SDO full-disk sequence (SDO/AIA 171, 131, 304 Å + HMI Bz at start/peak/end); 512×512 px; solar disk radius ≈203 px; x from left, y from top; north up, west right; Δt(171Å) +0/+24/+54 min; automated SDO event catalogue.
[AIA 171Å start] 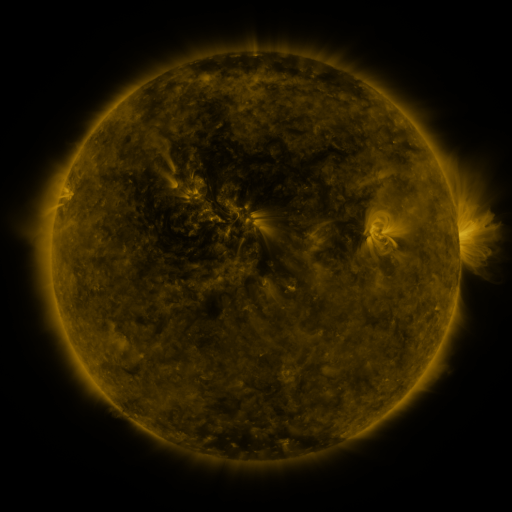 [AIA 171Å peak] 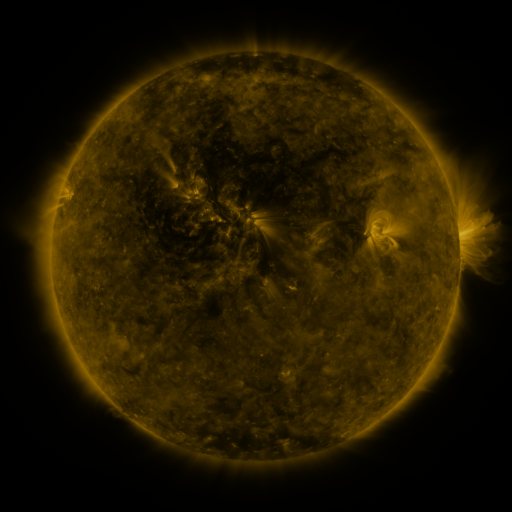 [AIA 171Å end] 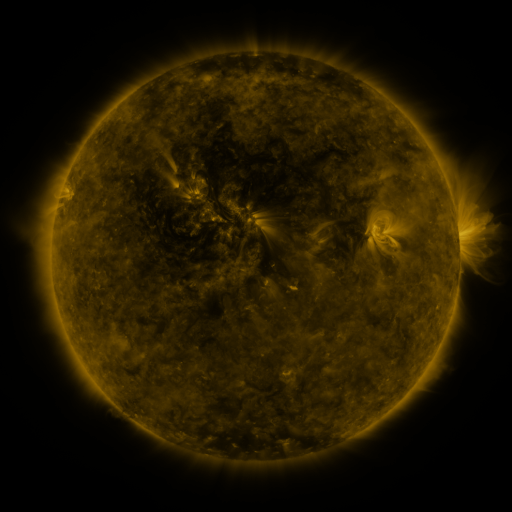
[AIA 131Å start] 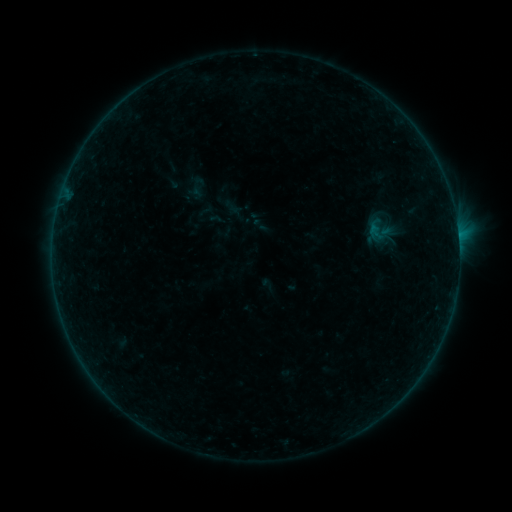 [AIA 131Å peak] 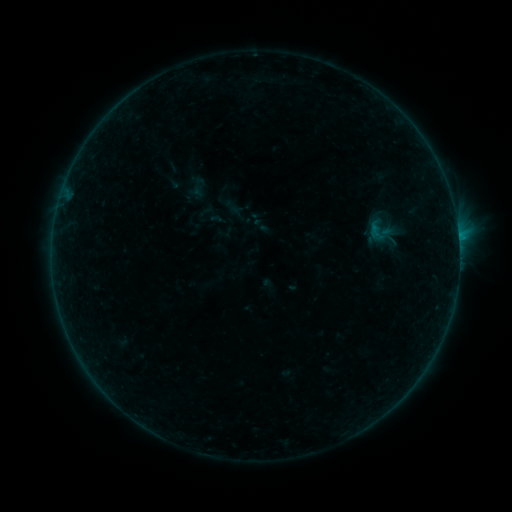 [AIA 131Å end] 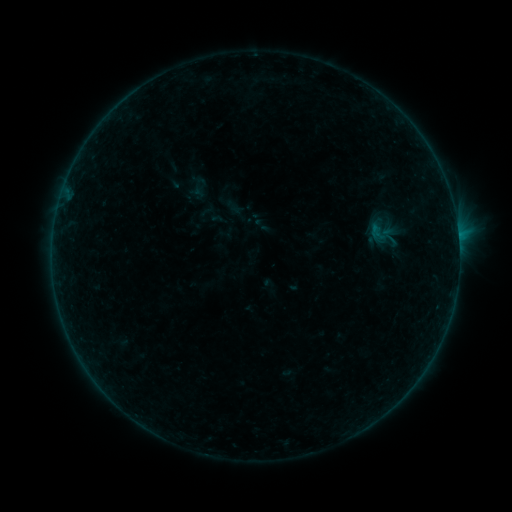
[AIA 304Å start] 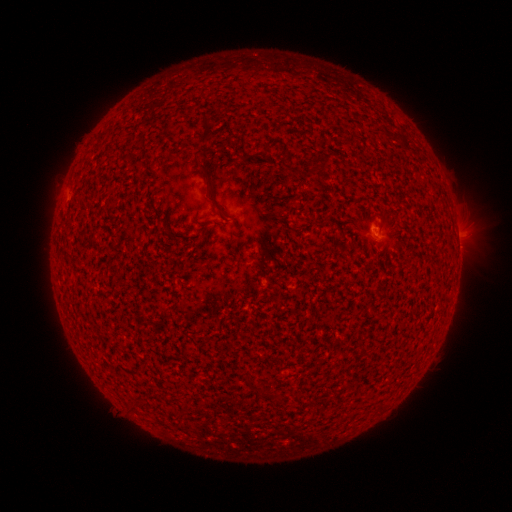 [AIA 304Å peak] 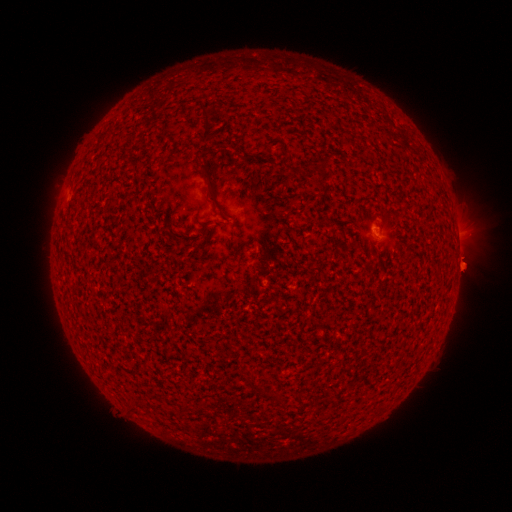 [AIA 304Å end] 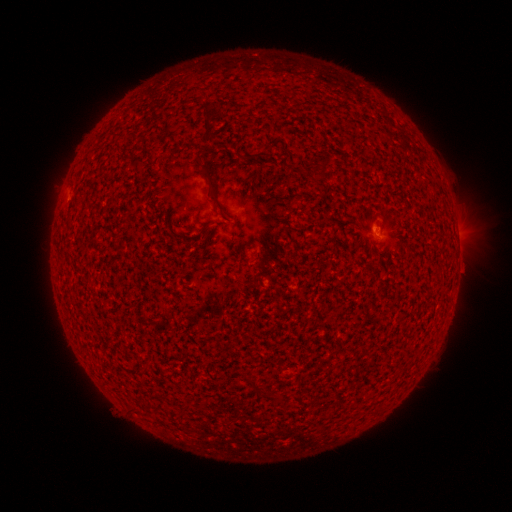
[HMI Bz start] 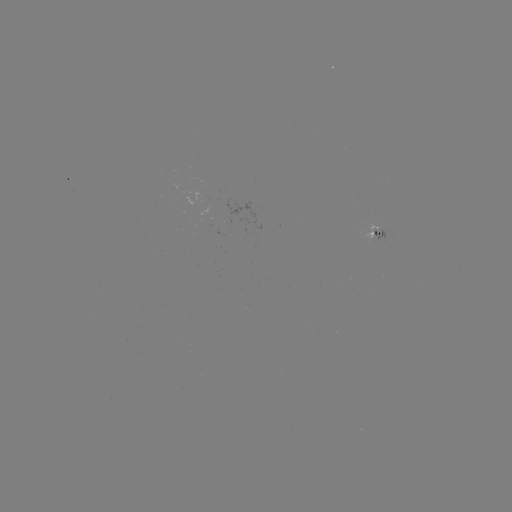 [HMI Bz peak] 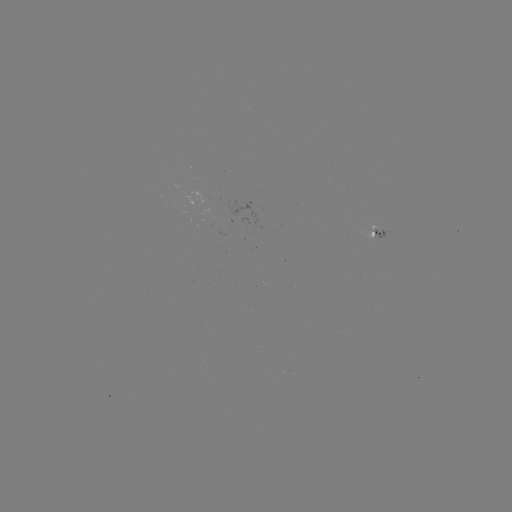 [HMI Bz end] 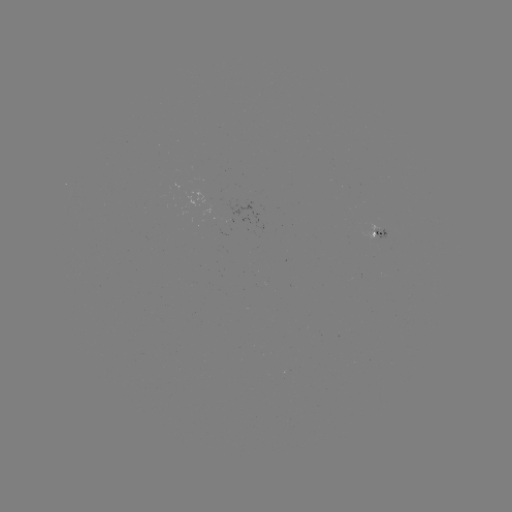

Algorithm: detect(B2.1 flare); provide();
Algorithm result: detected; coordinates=(458, 238)